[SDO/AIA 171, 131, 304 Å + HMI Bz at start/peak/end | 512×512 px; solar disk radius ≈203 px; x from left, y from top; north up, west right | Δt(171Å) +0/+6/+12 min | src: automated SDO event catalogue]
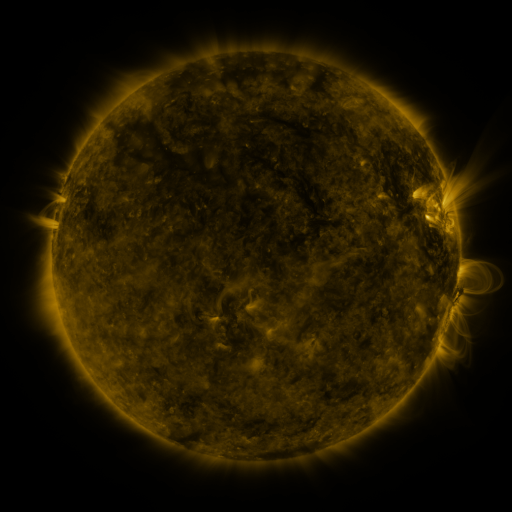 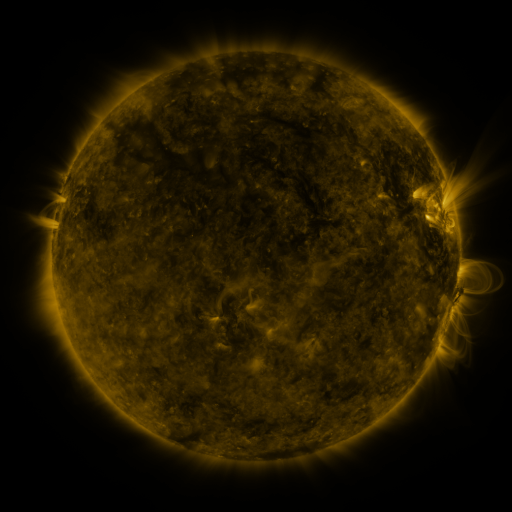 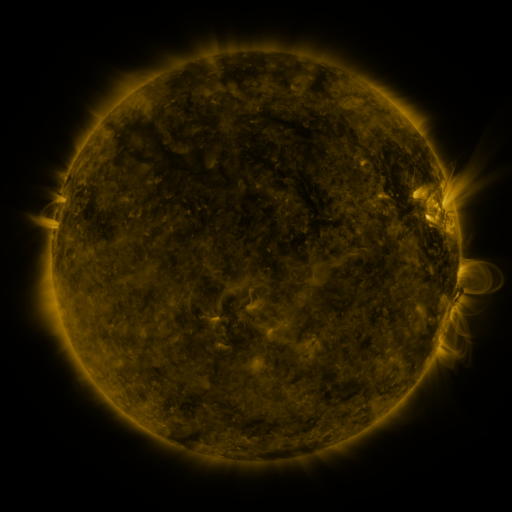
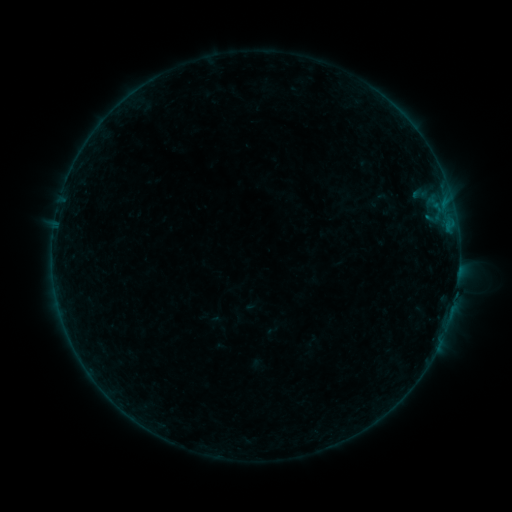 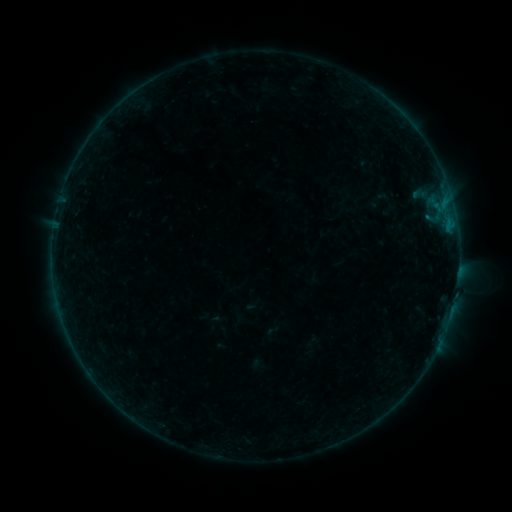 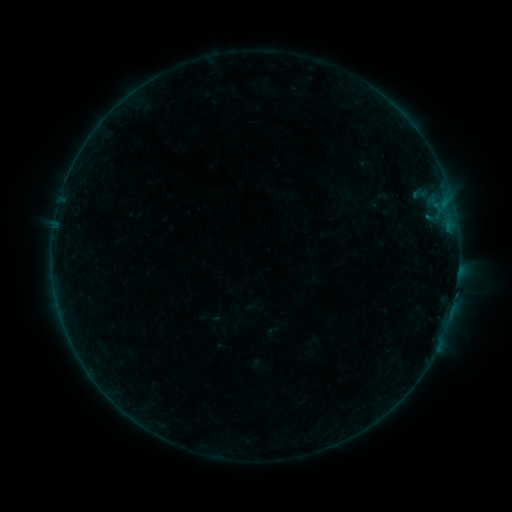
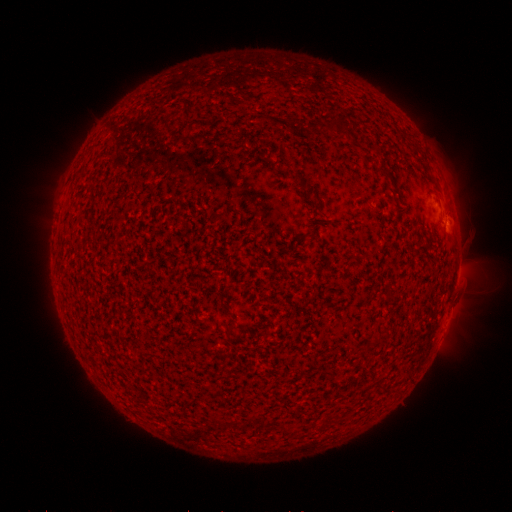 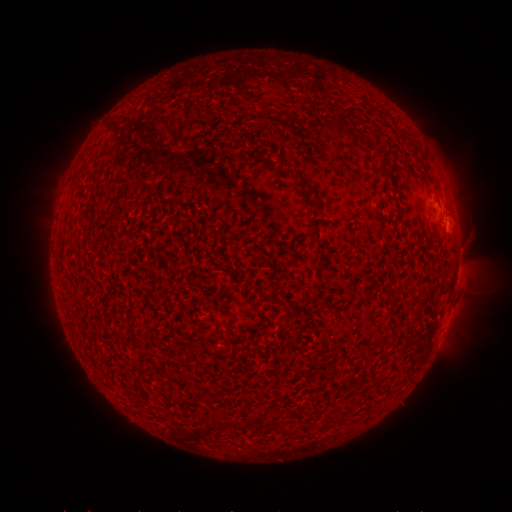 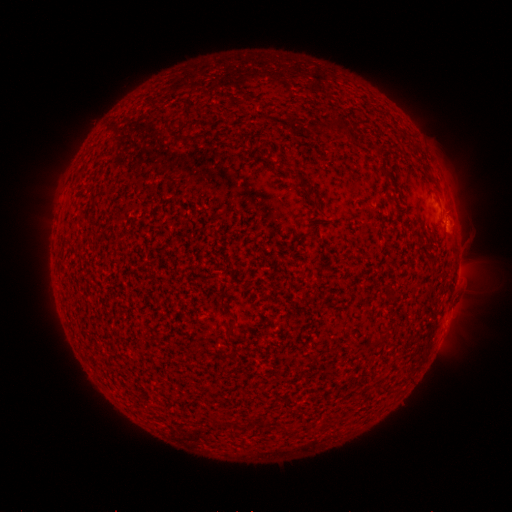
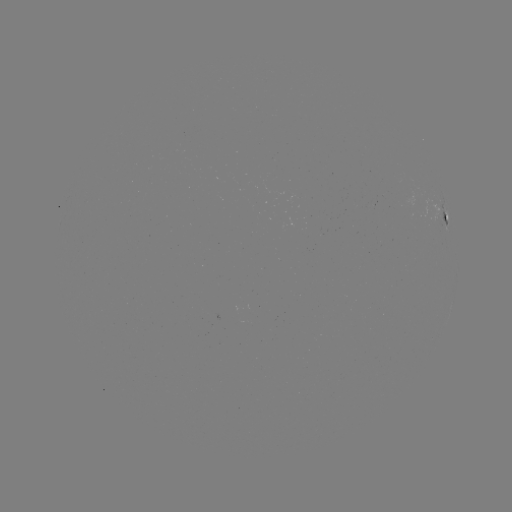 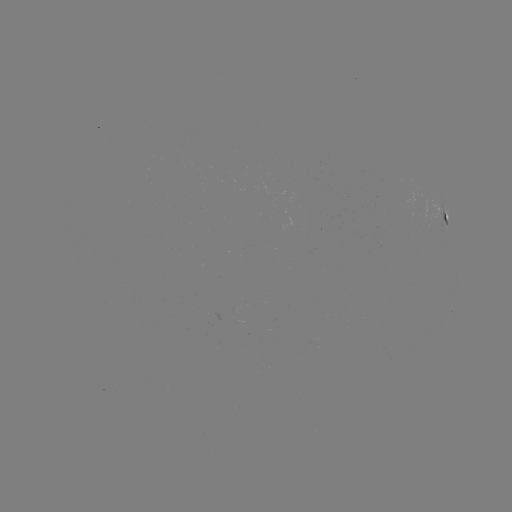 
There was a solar flare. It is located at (449, 226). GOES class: B1.4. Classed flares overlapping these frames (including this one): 1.